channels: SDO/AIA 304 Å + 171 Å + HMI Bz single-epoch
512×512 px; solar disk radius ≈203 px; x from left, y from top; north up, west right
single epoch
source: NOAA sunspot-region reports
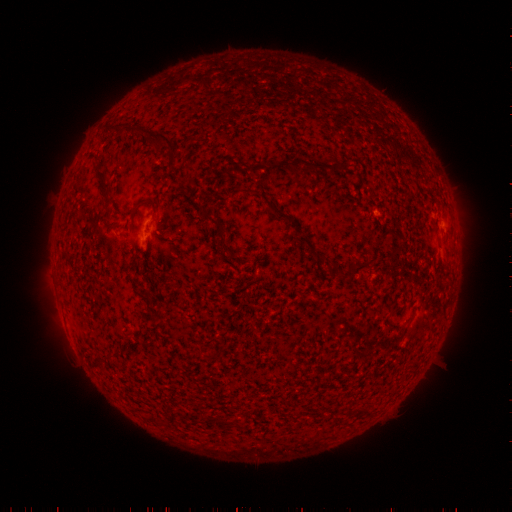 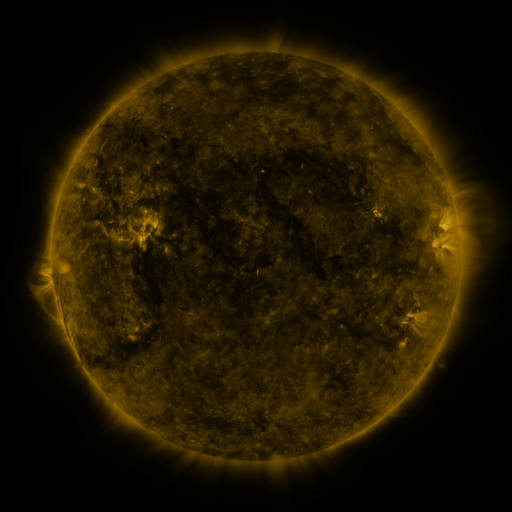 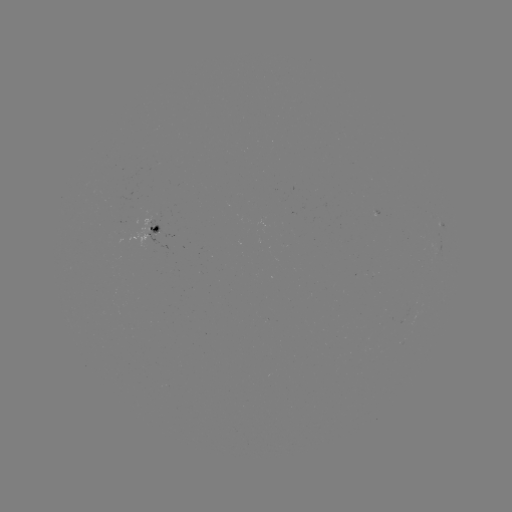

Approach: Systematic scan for spotted active region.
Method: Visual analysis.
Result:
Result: spotted active region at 158,231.